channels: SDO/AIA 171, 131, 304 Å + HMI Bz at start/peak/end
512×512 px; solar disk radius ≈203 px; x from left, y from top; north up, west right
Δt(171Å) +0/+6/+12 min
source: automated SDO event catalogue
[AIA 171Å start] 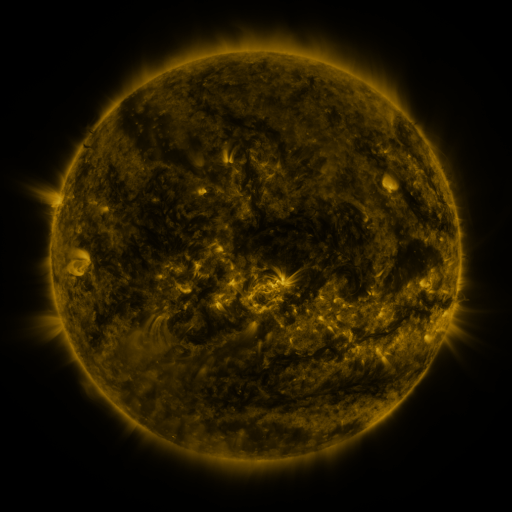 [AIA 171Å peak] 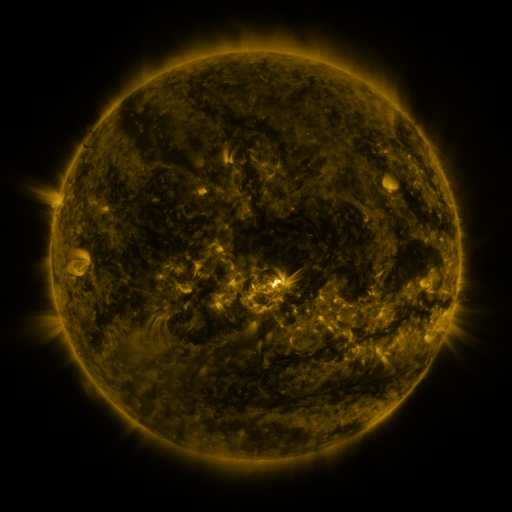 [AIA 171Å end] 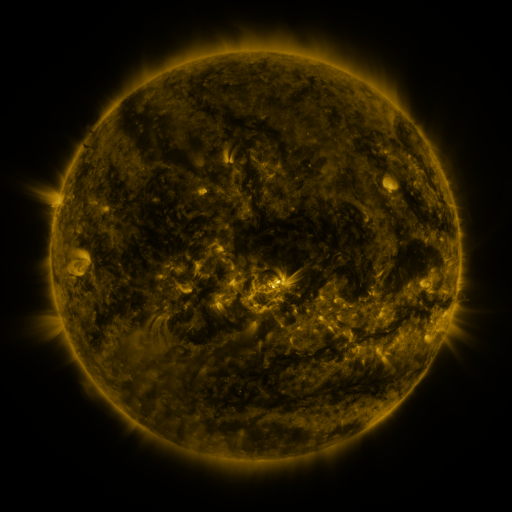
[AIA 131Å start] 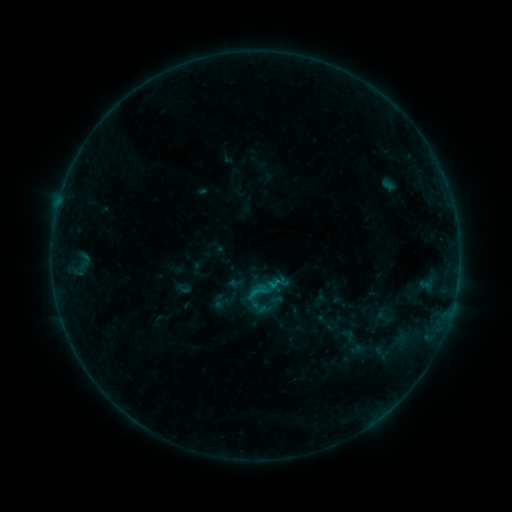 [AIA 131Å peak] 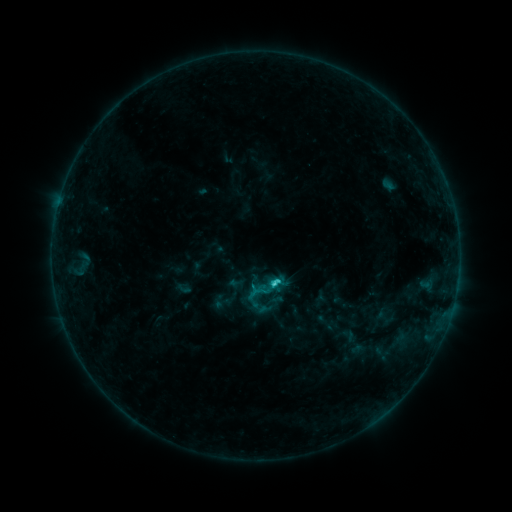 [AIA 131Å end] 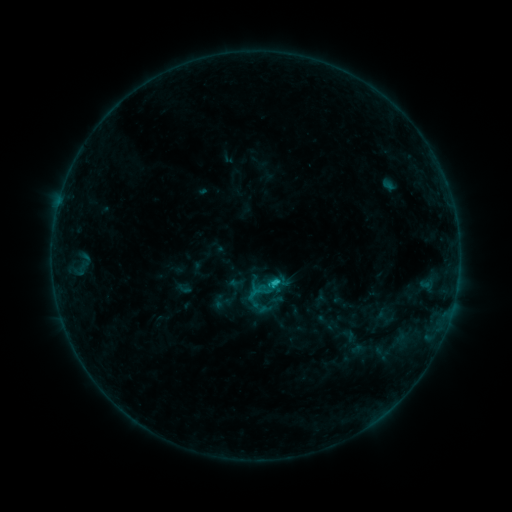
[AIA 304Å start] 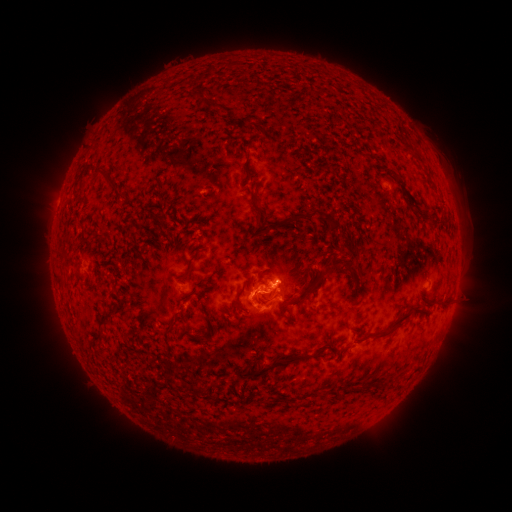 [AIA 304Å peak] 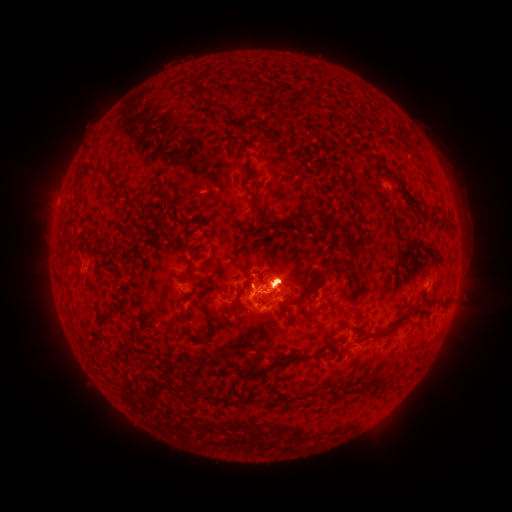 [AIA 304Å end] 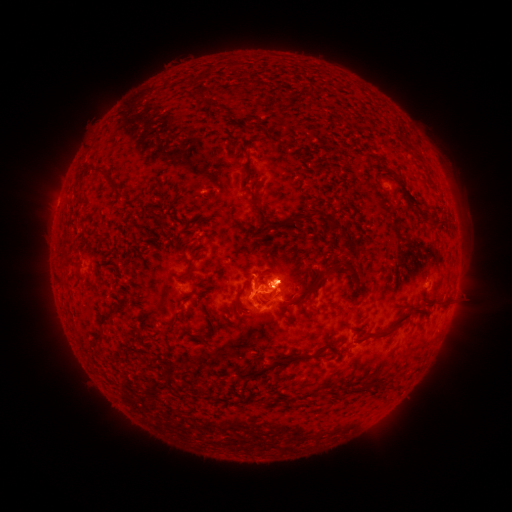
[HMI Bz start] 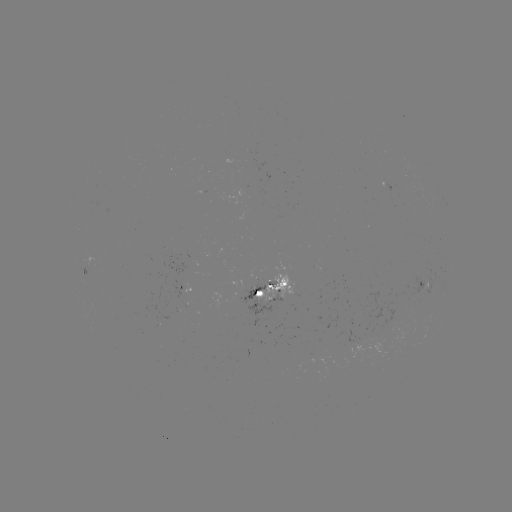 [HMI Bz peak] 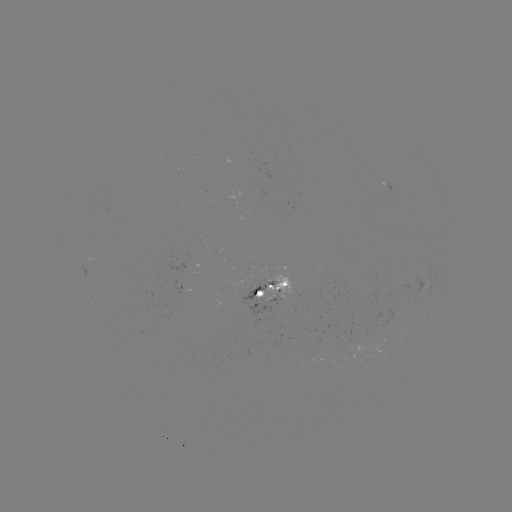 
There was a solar flare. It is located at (273, 283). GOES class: C1.6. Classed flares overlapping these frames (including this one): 1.